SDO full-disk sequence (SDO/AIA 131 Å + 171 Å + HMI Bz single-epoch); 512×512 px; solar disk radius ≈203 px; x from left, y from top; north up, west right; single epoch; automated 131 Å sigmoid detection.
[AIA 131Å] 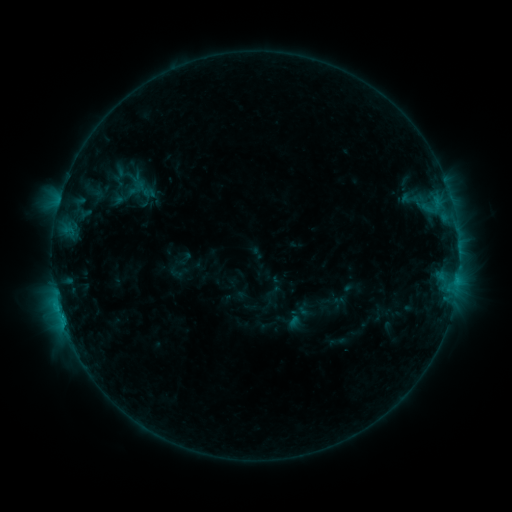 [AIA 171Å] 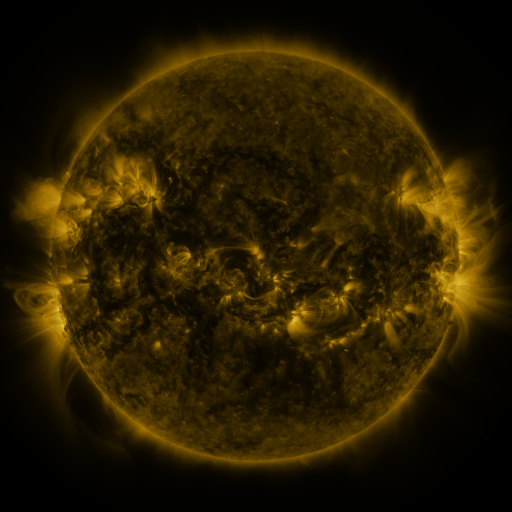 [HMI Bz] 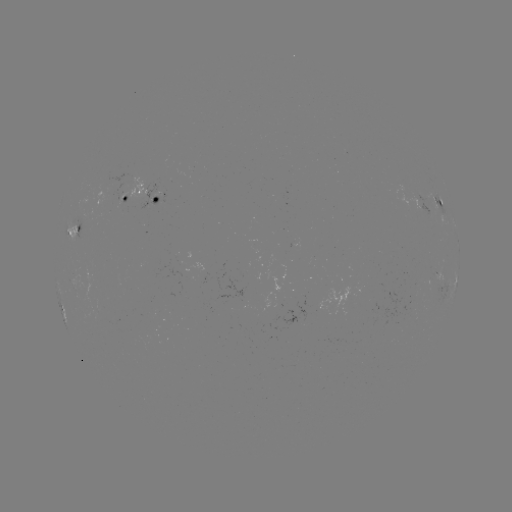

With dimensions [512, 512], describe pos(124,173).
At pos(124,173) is sigmoid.